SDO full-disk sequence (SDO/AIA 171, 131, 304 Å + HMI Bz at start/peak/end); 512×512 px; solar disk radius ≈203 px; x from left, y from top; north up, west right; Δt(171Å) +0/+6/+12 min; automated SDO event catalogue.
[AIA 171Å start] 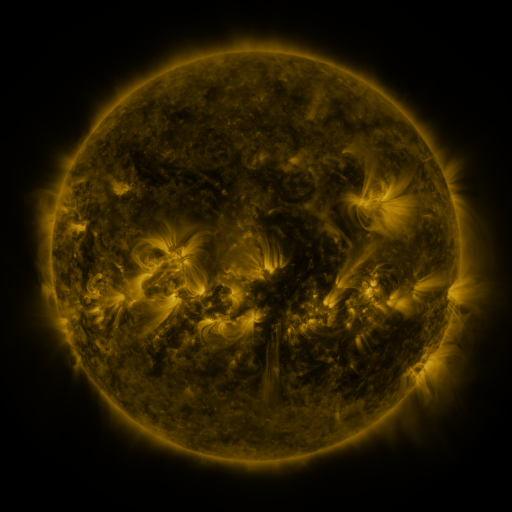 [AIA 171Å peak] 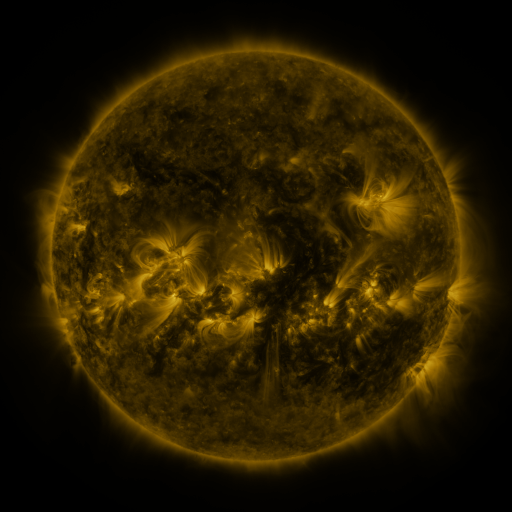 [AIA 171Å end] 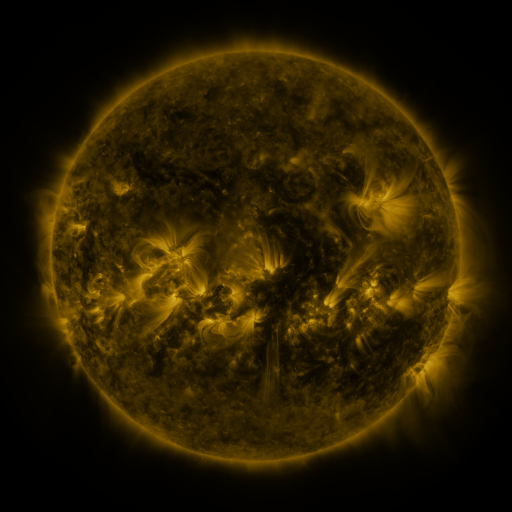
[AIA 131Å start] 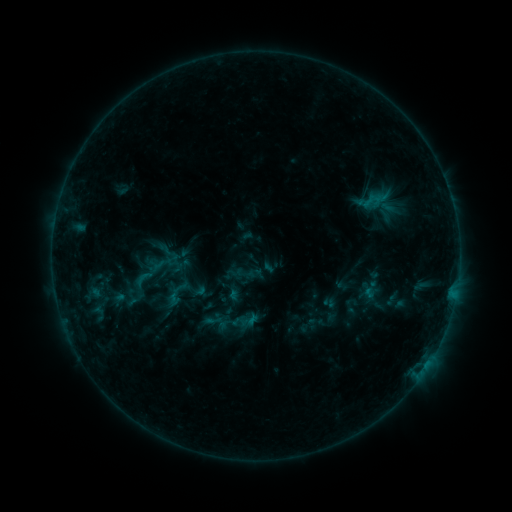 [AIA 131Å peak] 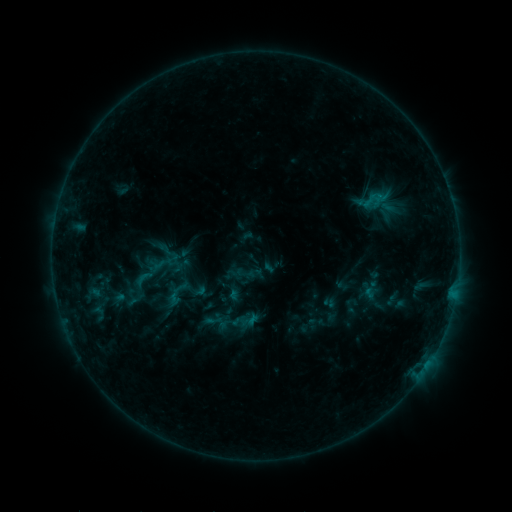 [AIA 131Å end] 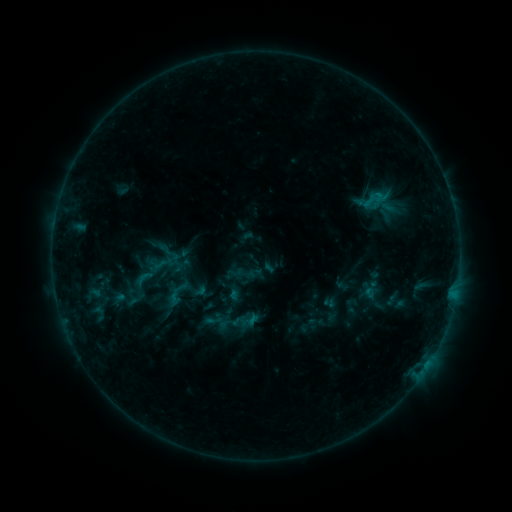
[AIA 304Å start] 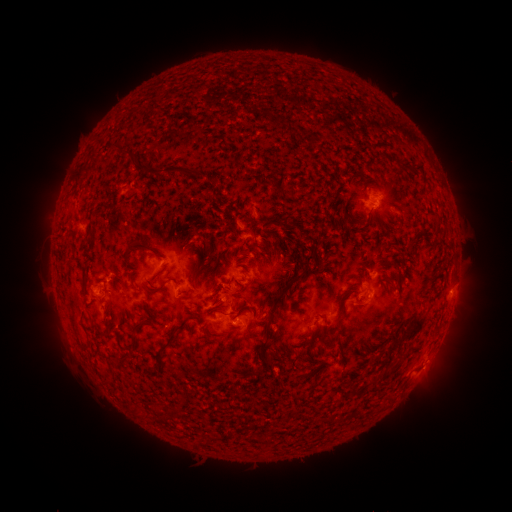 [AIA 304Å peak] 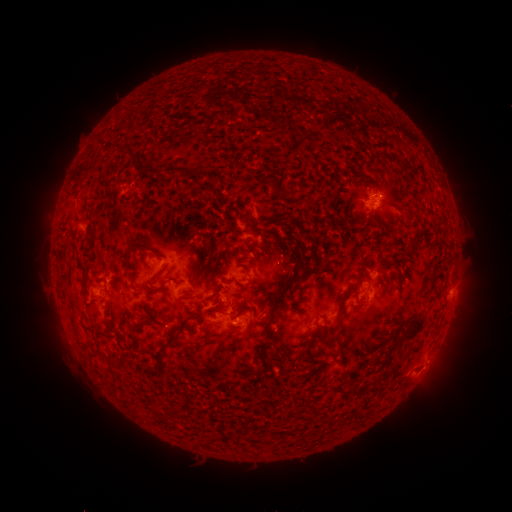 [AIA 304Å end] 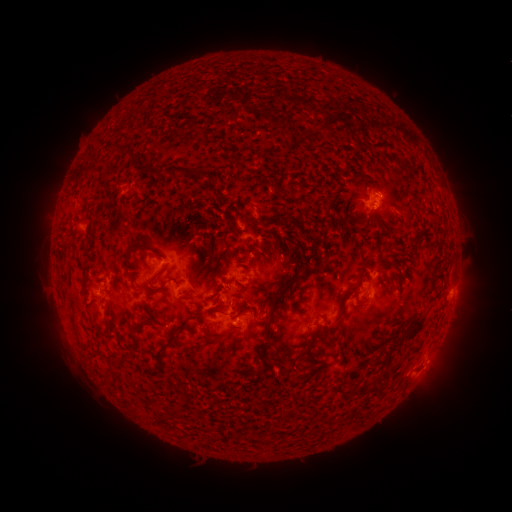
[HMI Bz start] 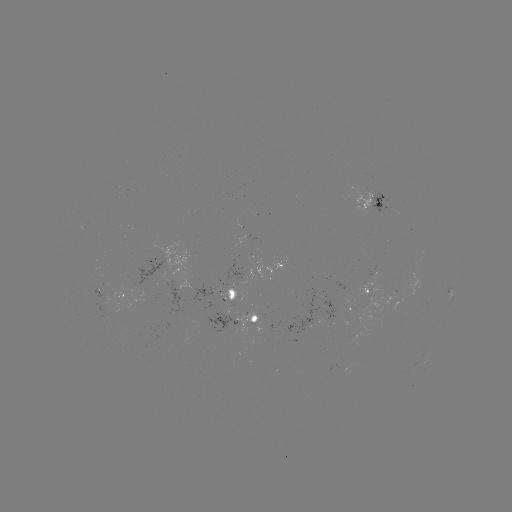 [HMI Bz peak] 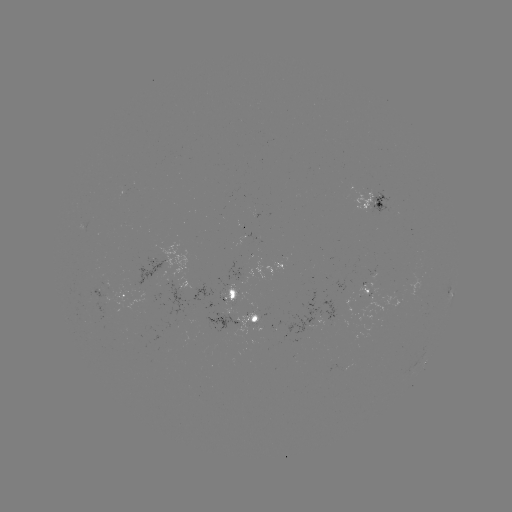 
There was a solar flare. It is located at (374, 205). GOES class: B6.0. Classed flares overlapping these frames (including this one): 1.